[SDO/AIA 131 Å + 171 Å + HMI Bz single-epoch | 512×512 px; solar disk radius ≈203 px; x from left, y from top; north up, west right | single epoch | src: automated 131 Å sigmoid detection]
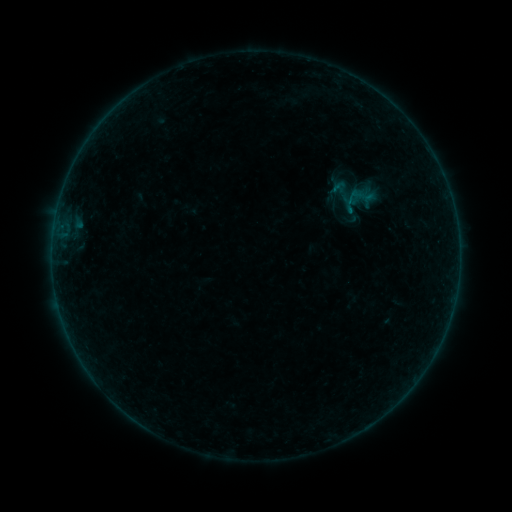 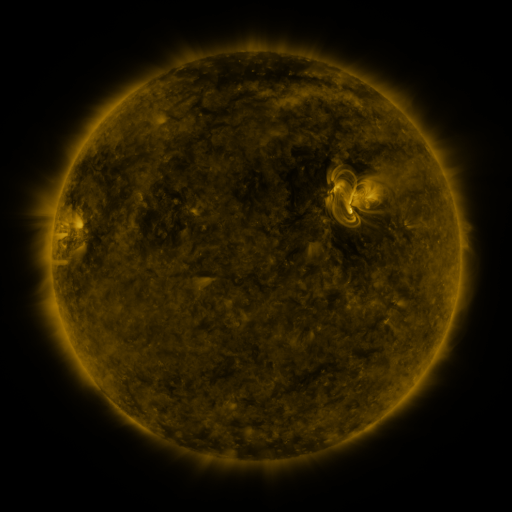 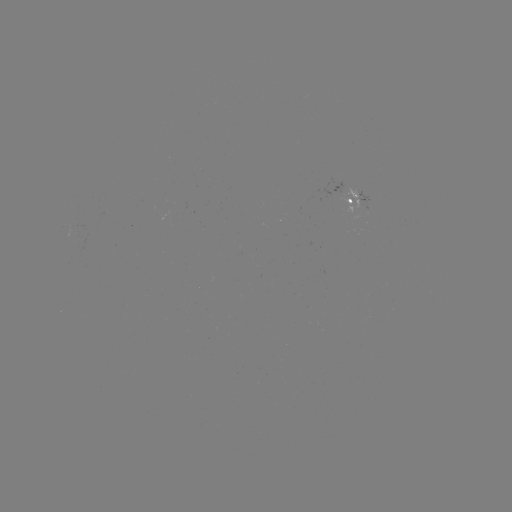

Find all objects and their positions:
sigmoid: (360, 197)
